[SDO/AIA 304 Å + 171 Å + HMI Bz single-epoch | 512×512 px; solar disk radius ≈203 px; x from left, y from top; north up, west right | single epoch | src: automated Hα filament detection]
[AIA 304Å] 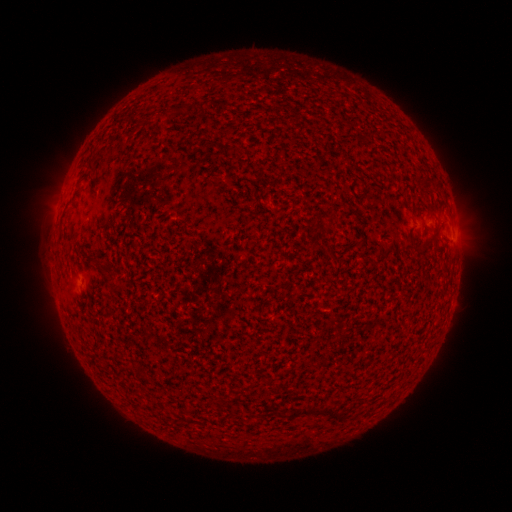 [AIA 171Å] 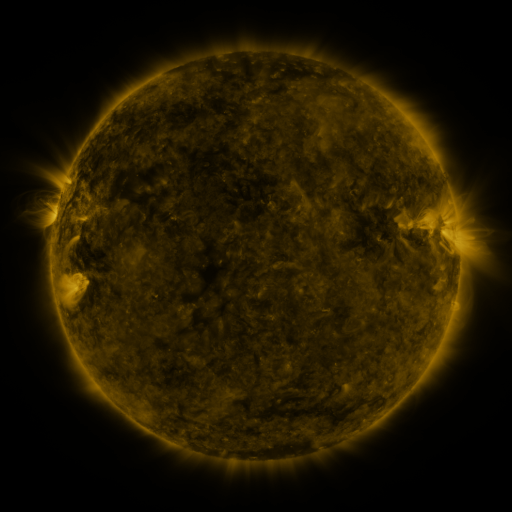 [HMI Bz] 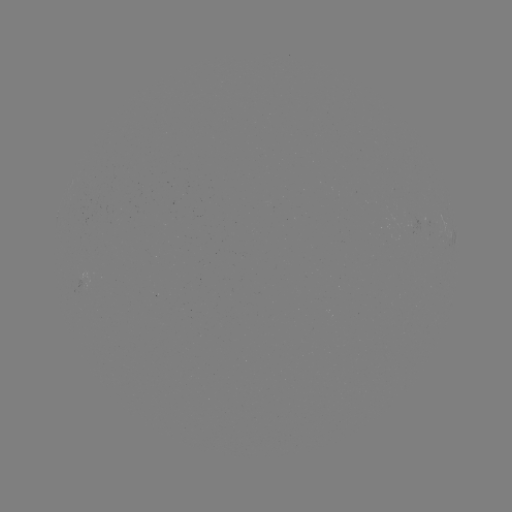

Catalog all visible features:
filament: (201, 105)
filament: (173, 110)
filament: (90, 167)
filament: (422, 183)
filament: (436, 233)
filament: (410, 235)
filament: (106, 276)
filament: (323, 411)
filament: (296, 415)
